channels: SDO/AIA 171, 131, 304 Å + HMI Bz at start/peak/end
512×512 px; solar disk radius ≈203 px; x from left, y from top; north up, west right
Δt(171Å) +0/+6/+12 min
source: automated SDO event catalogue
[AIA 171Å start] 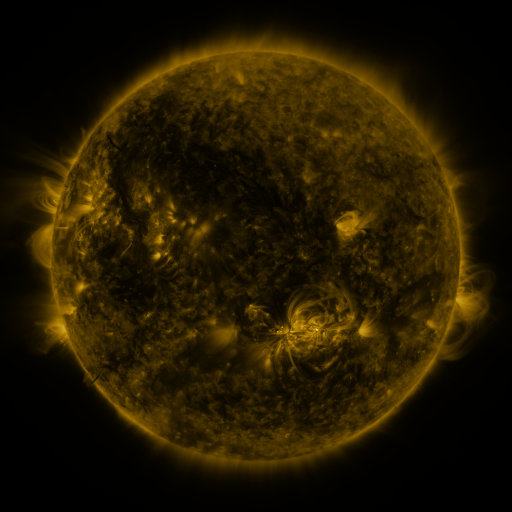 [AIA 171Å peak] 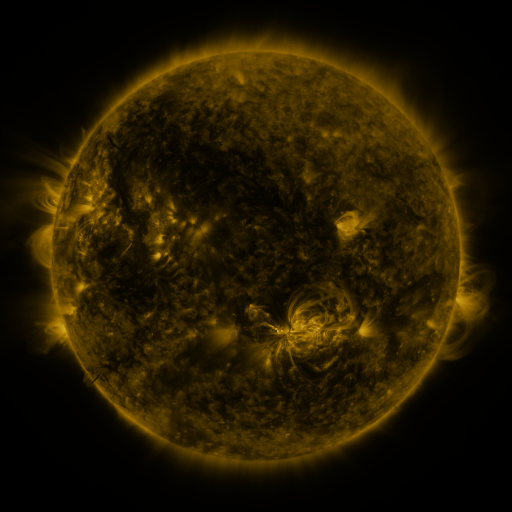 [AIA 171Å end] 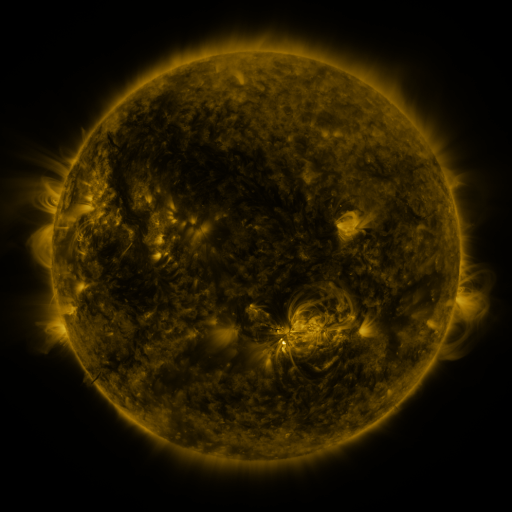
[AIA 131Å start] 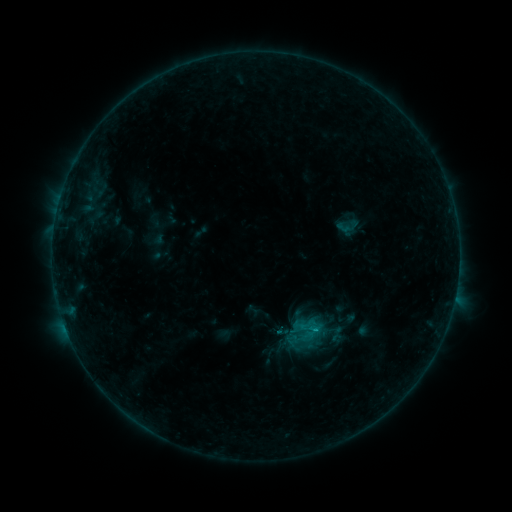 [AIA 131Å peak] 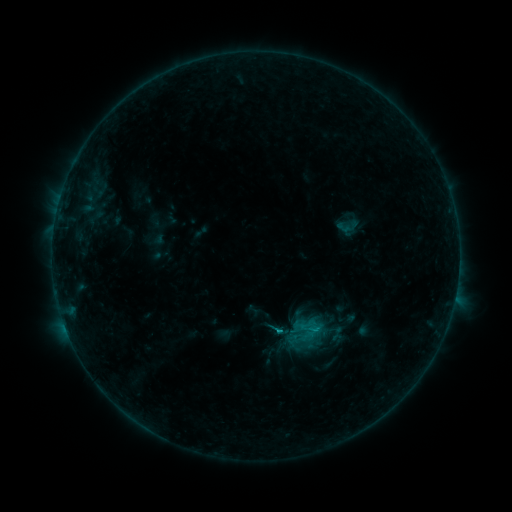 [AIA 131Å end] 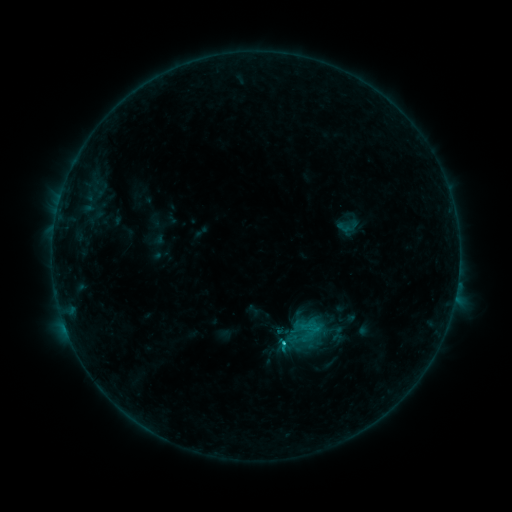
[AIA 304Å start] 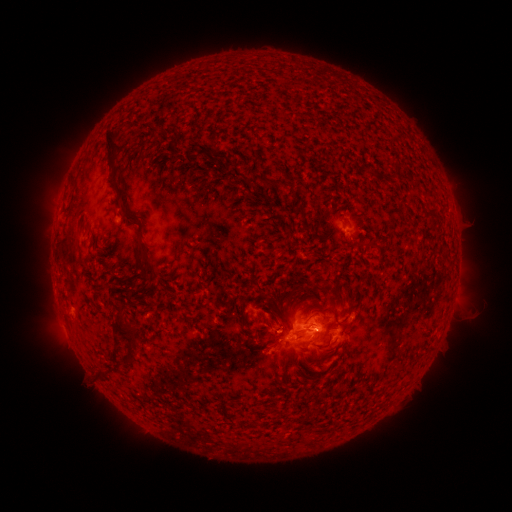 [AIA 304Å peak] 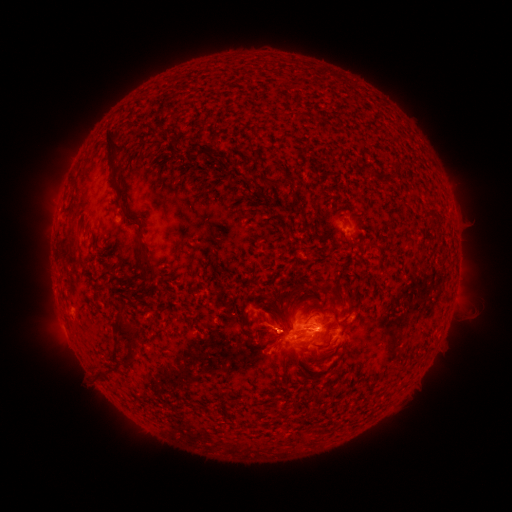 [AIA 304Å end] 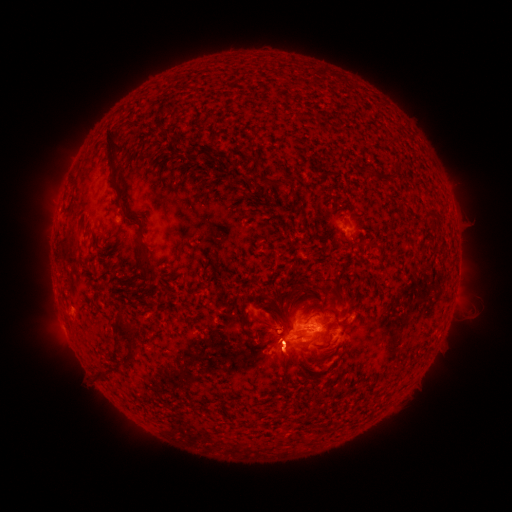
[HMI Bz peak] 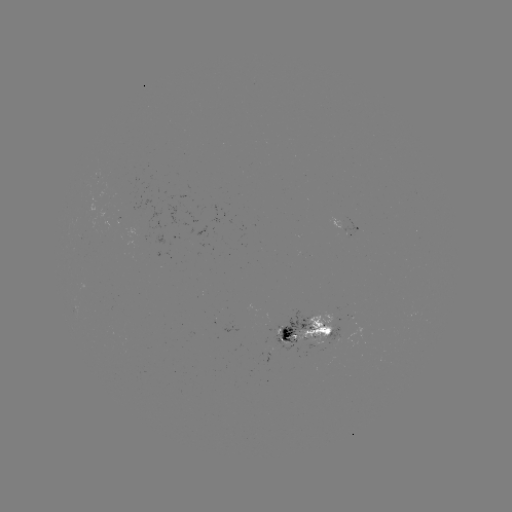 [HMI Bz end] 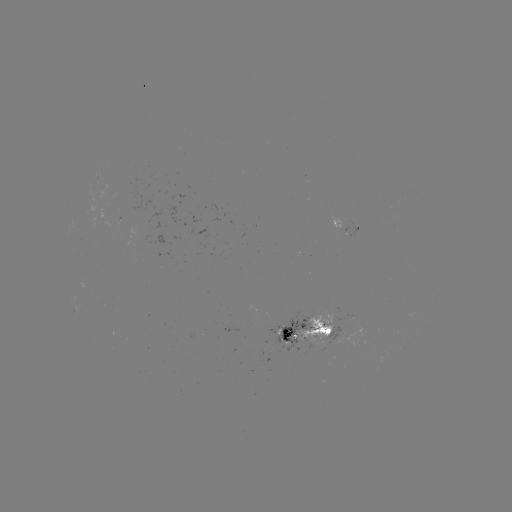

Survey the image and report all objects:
eruption: (278, 328)
